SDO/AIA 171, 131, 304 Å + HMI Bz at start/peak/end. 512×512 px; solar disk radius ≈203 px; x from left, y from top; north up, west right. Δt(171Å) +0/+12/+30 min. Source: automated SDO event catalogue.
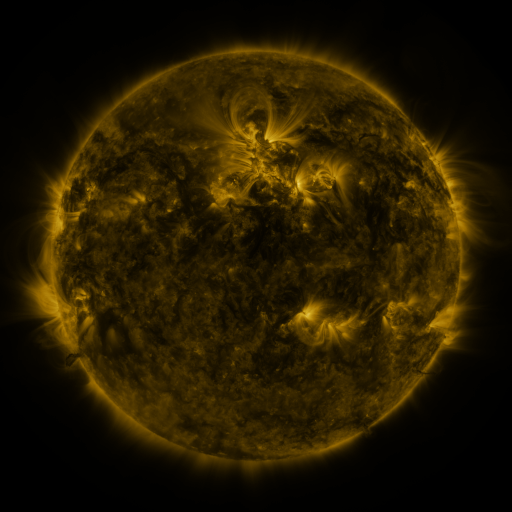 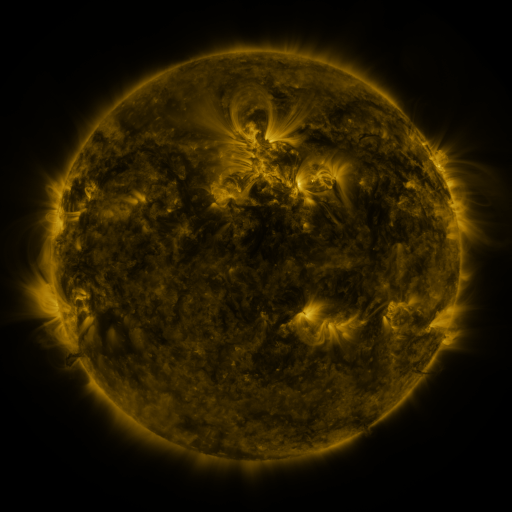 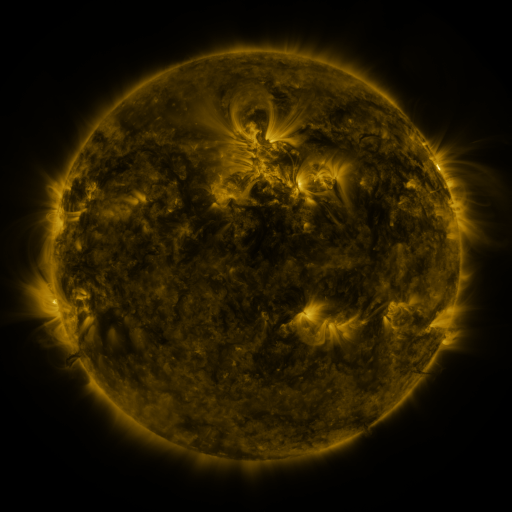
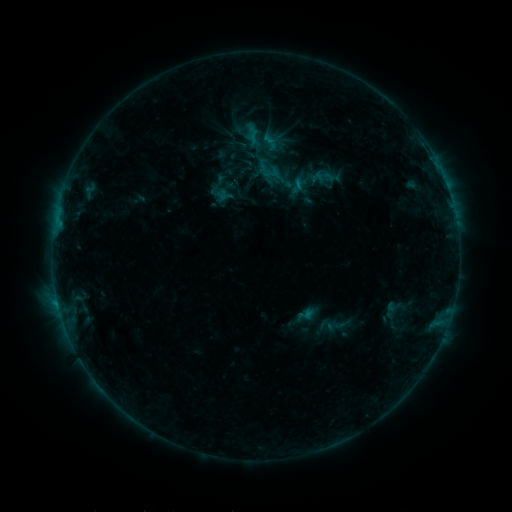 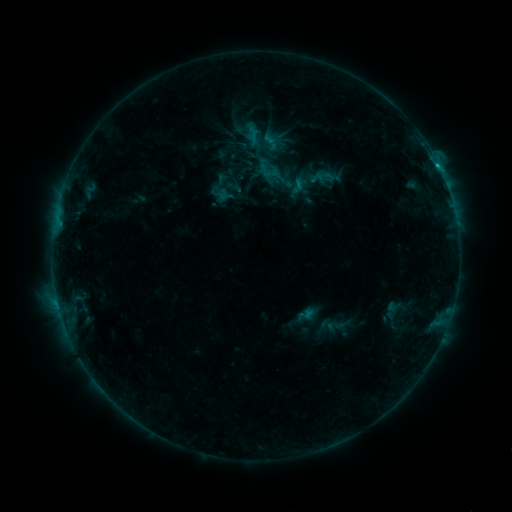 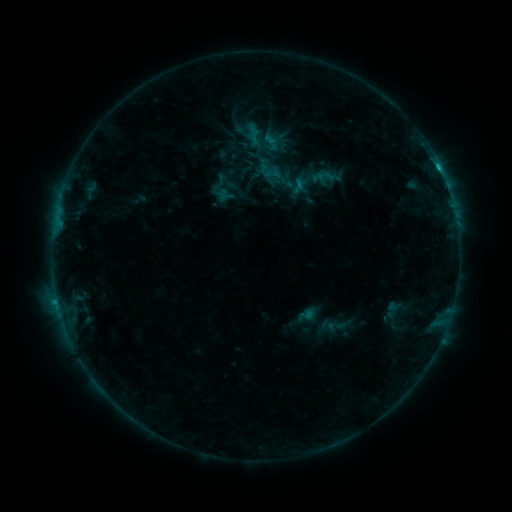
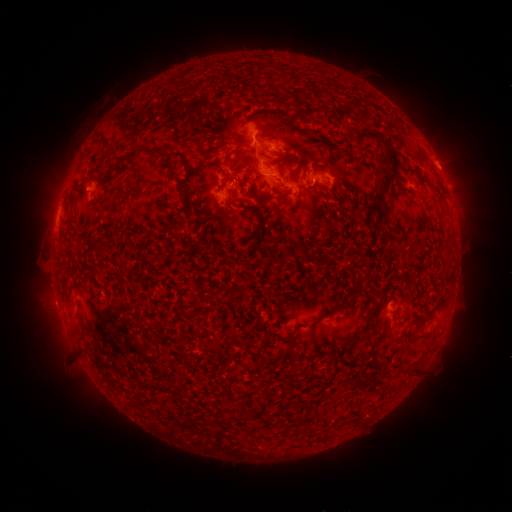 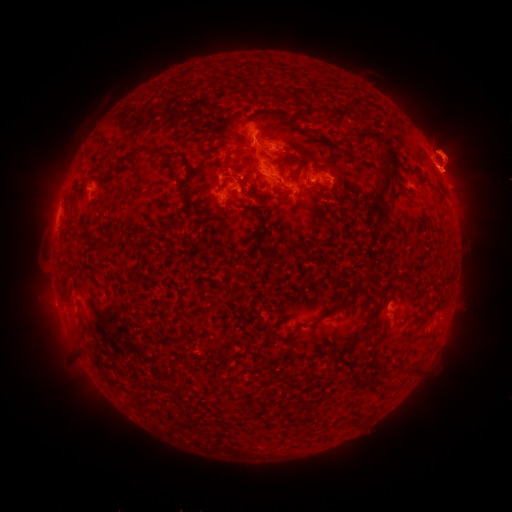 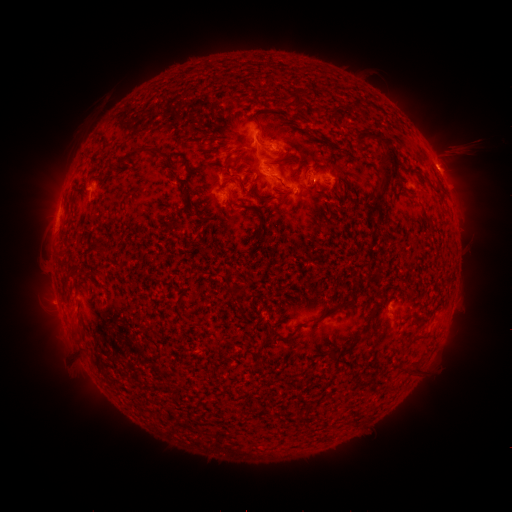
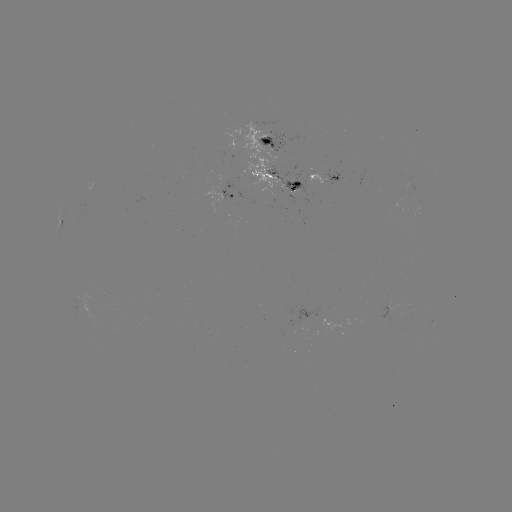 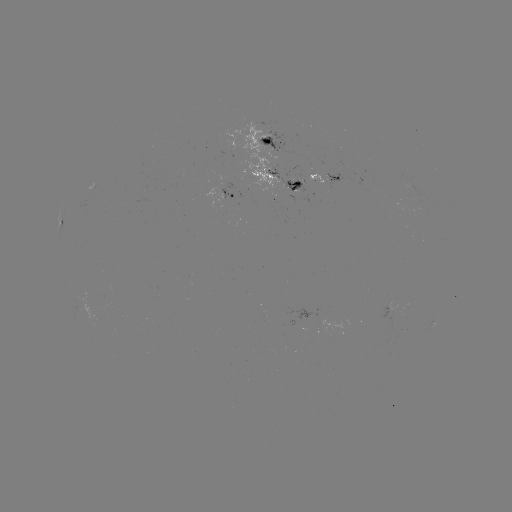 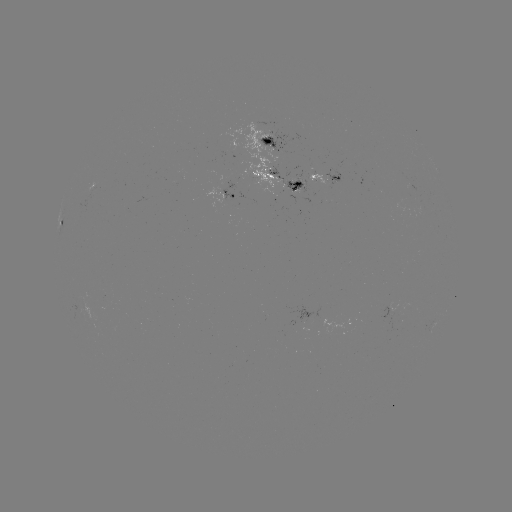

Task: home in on eruption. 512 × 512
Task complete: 447,158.